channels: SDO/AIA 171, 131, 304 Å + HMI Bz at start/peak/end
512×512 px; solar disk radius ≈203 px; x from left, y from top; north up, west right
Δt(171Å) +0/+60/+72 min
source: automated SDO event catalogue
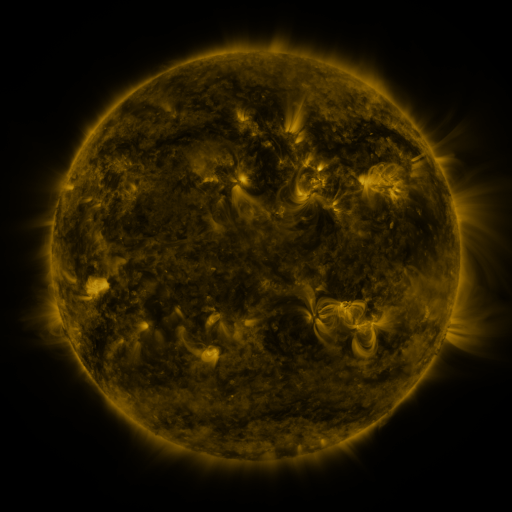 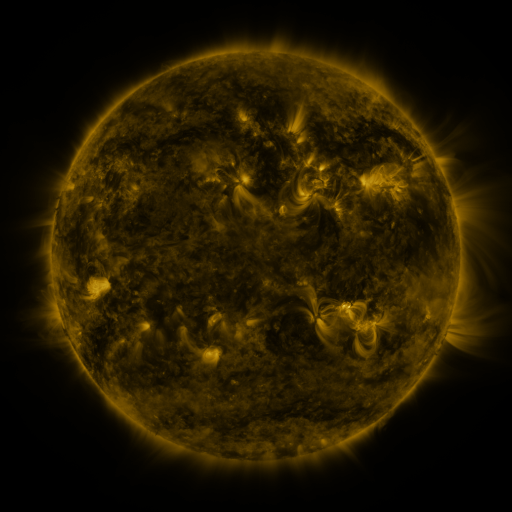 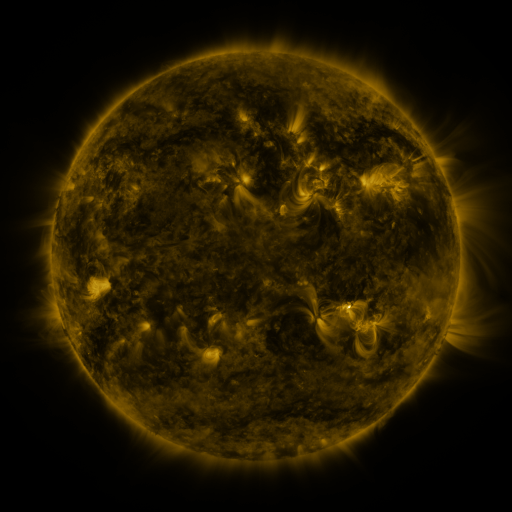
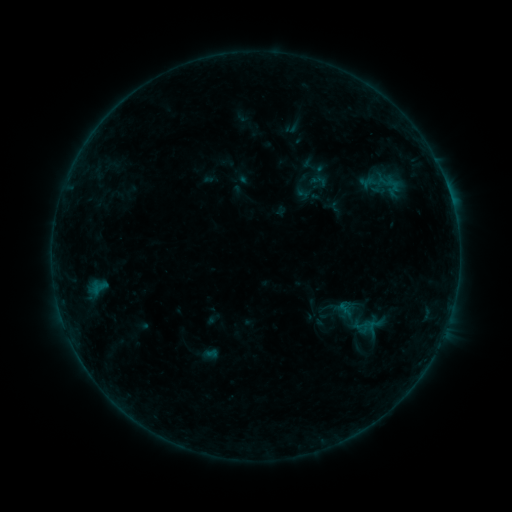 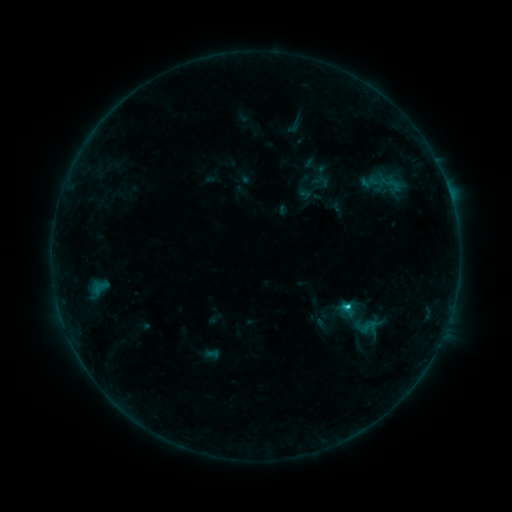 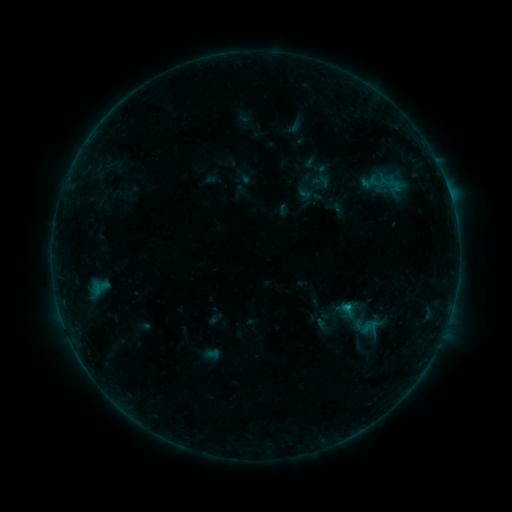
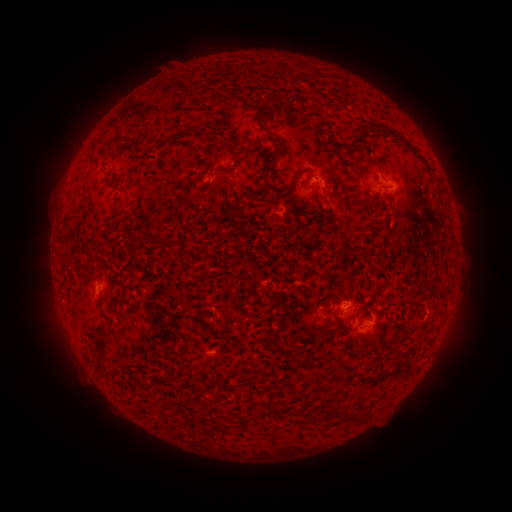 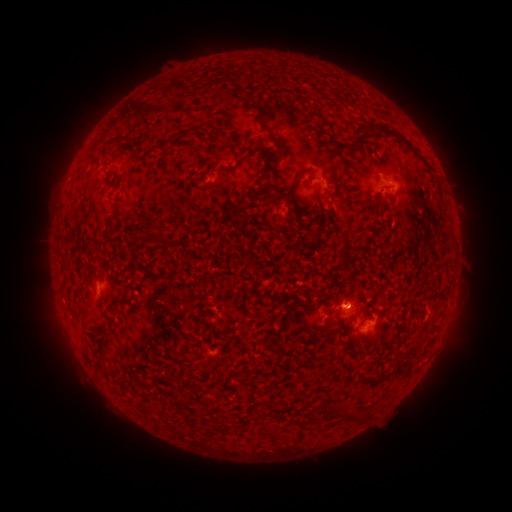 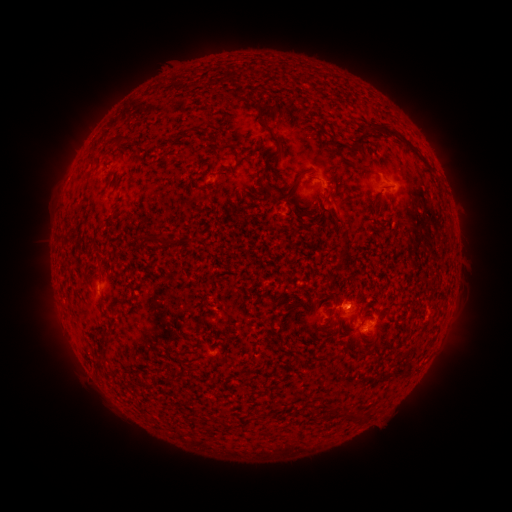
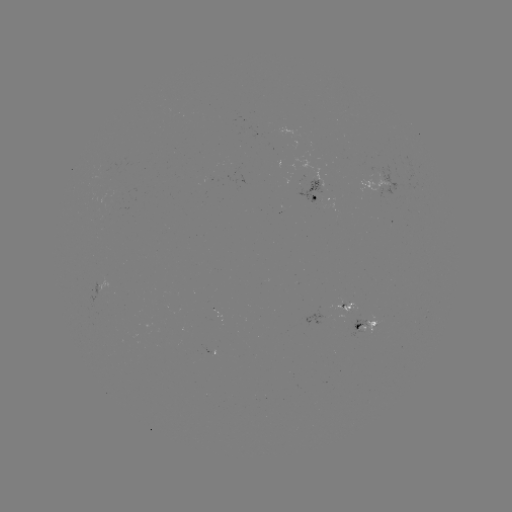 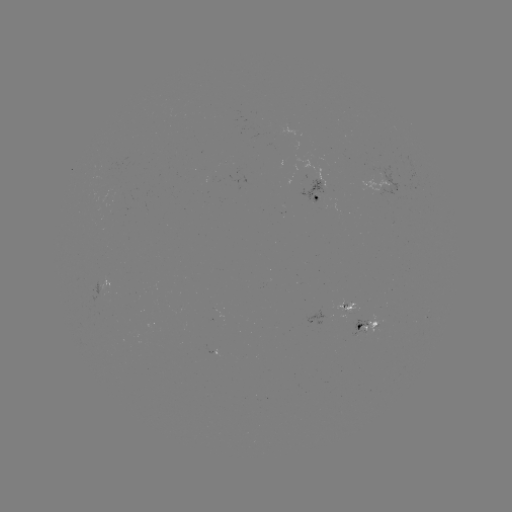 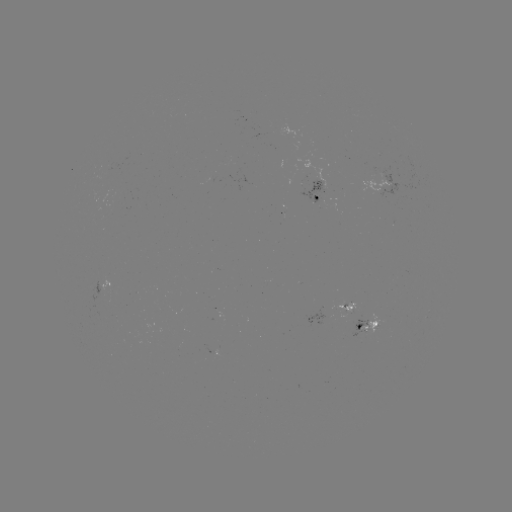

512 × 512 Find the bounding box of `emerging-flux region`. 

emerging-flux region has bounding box [367, 314, 378, 334].